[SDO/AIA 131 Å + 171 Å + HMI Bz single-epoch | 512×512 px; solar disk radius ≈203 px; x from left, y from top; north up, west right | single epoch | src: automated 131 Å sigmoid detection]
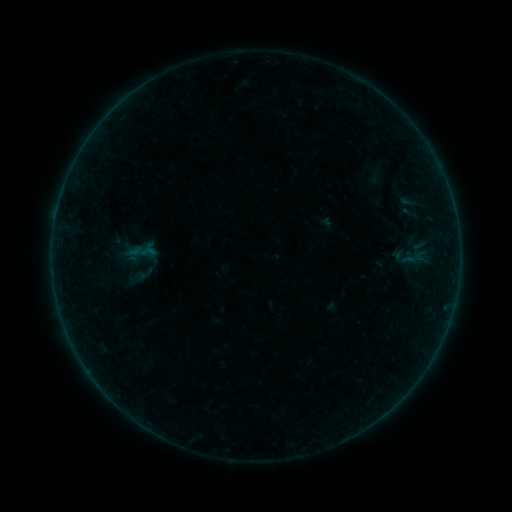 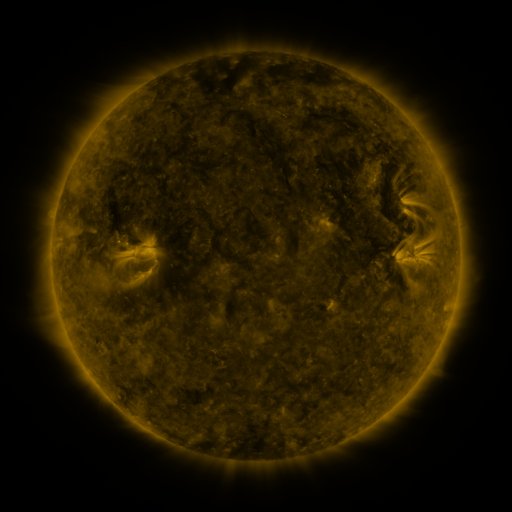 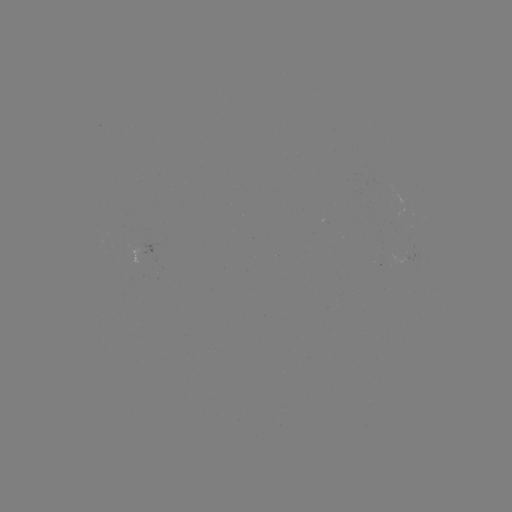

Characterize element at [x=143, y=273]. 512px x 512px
sigmoid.